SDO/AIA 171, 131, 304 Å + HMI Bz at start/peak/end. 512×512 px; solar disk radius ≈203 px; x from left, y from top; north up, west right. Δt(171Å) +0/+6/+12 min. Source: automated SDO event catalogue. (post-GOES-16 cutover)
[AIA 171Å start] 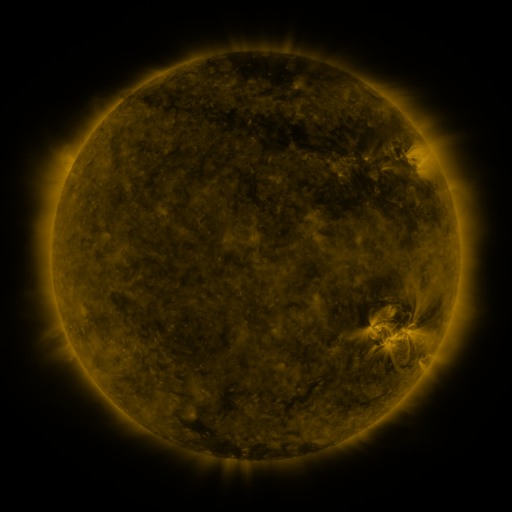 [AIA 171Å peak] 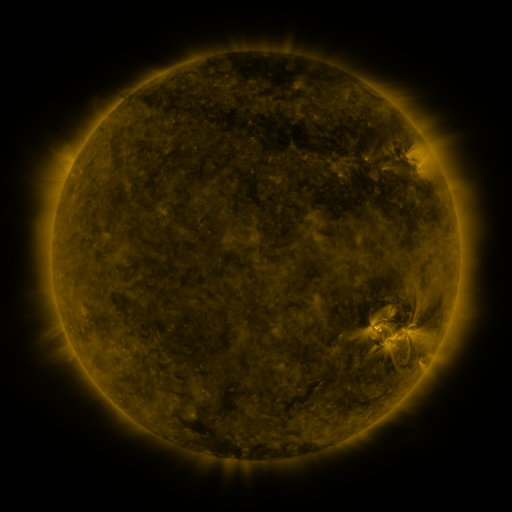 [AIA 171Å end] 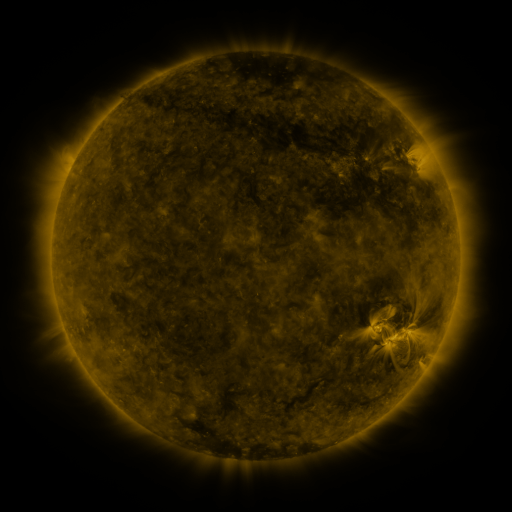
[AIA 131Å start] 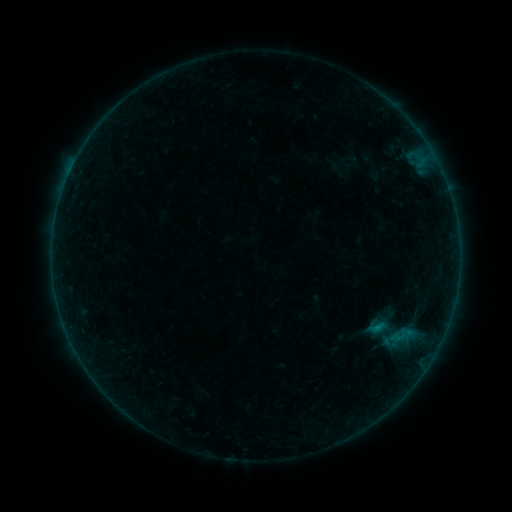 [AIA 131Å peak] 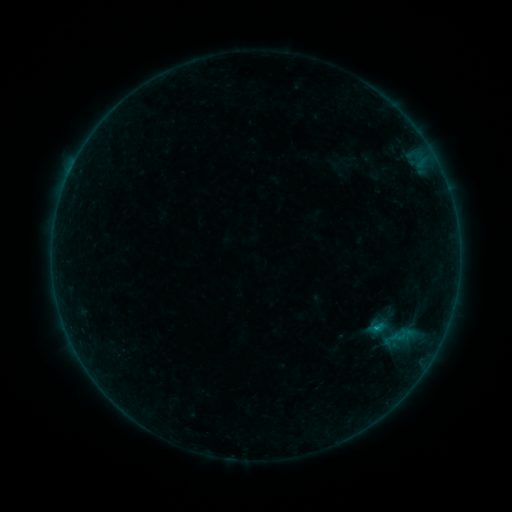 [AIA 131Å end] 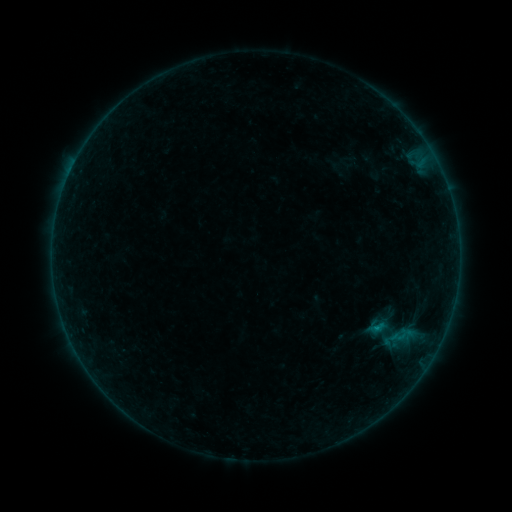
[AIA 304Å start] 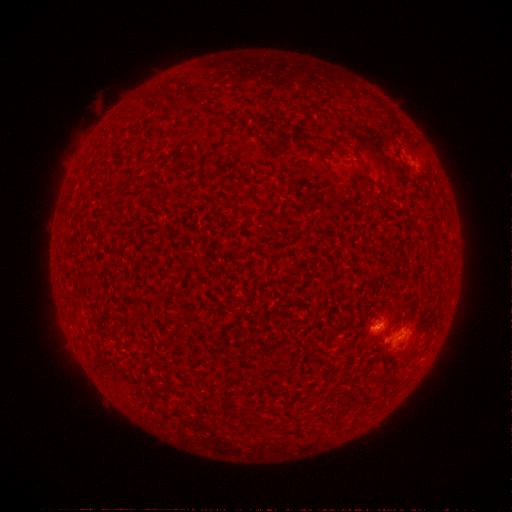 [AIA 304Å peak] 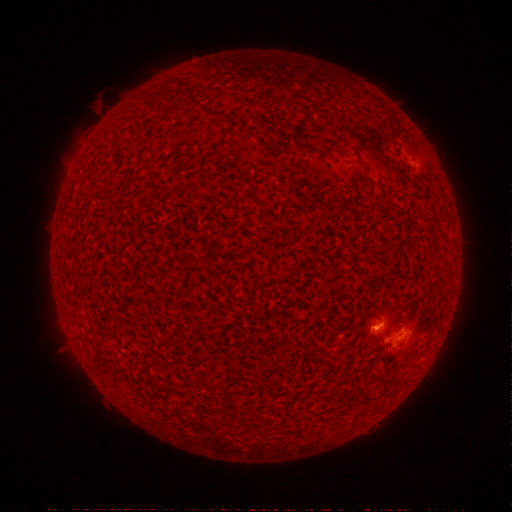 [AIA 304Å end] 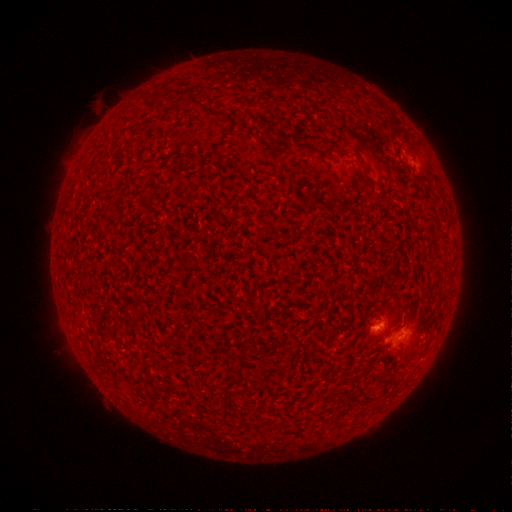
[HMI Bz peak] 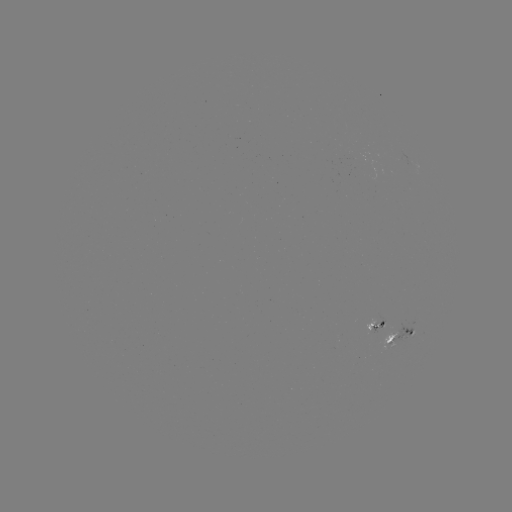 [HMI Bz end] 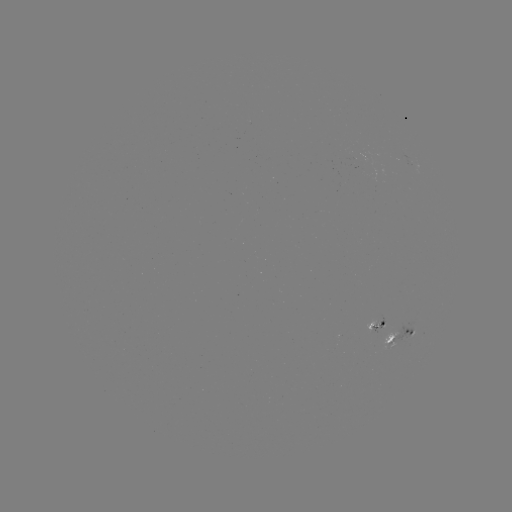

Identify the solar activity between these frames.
B3.8 flare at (376, 327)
